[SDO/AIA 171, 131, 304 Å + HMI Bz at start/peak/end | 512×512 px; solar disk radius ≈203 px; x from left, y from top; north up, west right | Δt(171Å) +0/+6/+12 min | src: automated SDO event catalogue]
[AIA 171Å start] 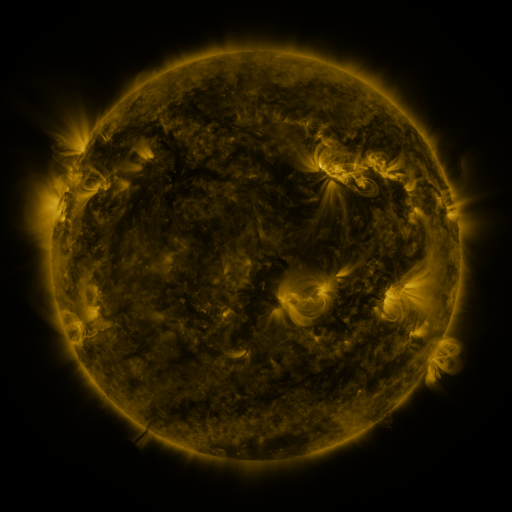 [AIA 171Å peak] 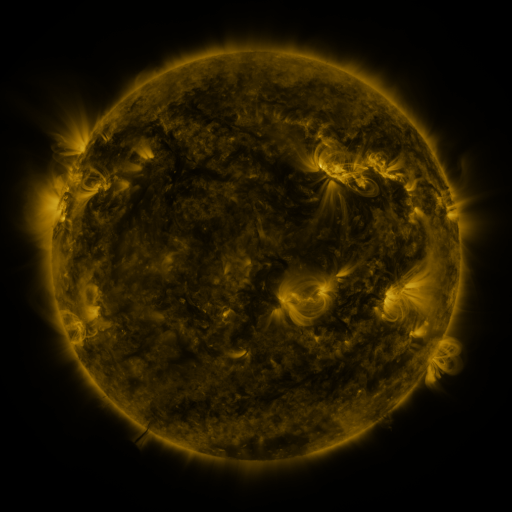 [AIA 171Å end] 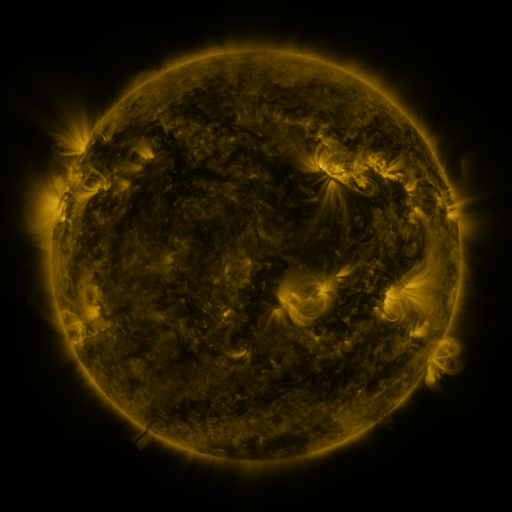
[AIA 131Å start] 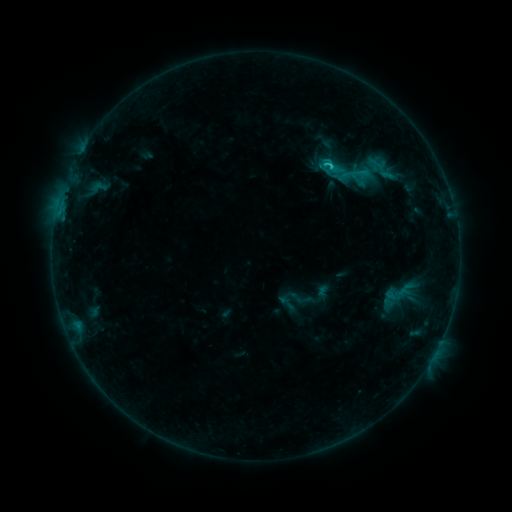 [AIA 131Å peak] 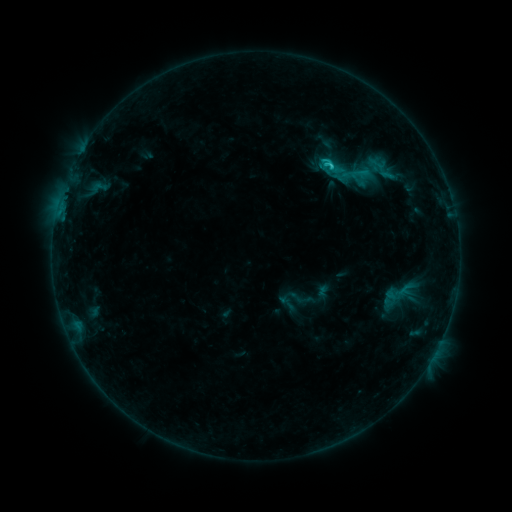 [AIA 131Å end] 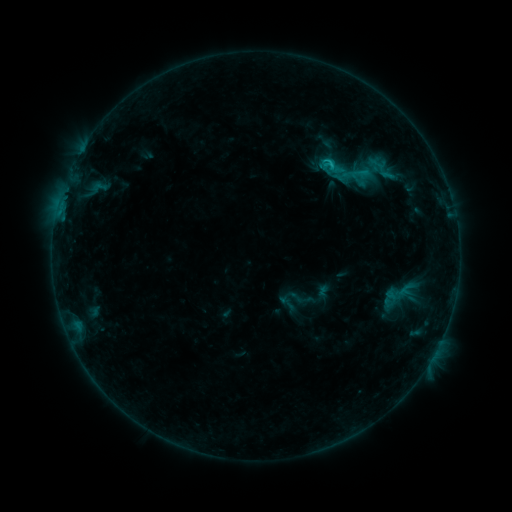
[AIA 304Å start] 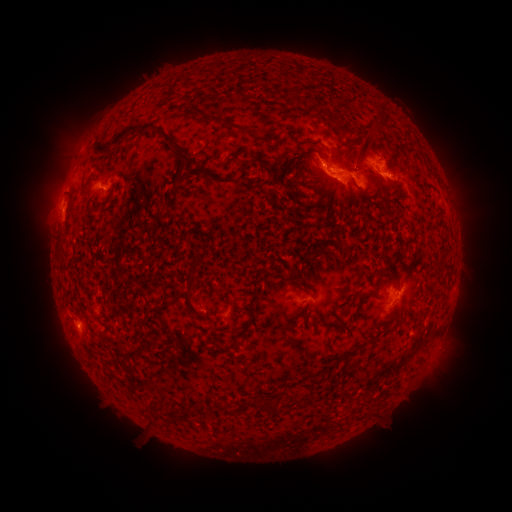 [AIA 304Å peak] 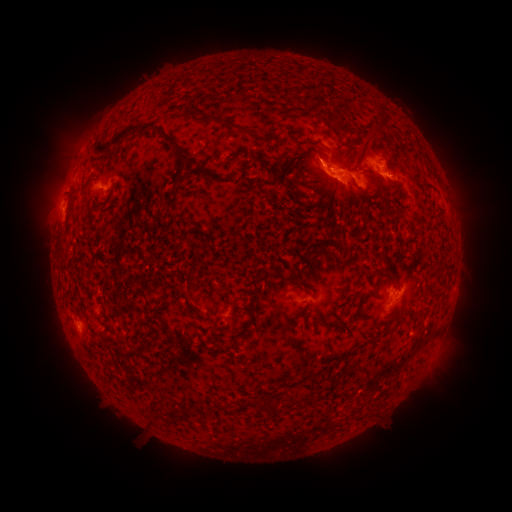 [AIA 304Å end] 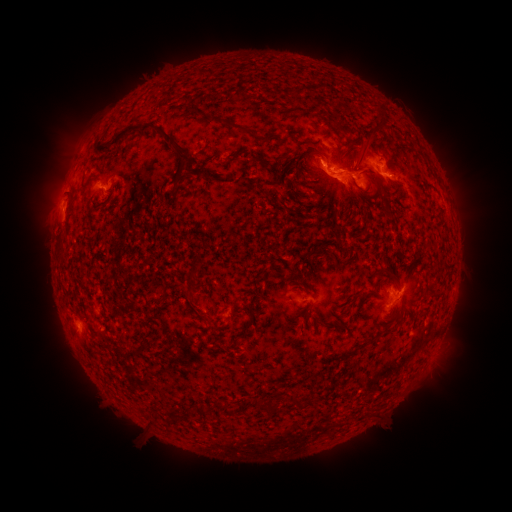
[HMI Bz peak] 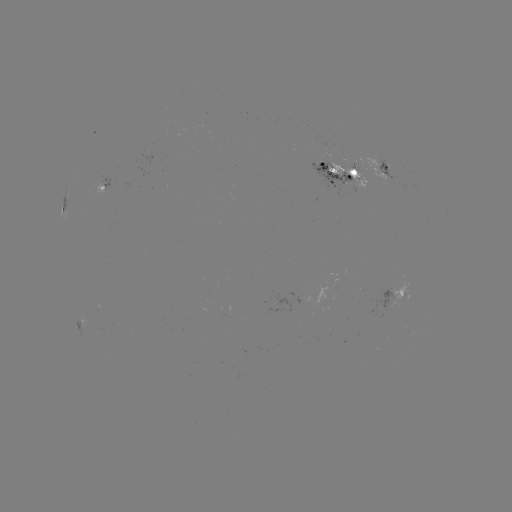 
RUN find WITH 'C2.3 flare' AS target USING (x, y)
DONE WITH (331, 167) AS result